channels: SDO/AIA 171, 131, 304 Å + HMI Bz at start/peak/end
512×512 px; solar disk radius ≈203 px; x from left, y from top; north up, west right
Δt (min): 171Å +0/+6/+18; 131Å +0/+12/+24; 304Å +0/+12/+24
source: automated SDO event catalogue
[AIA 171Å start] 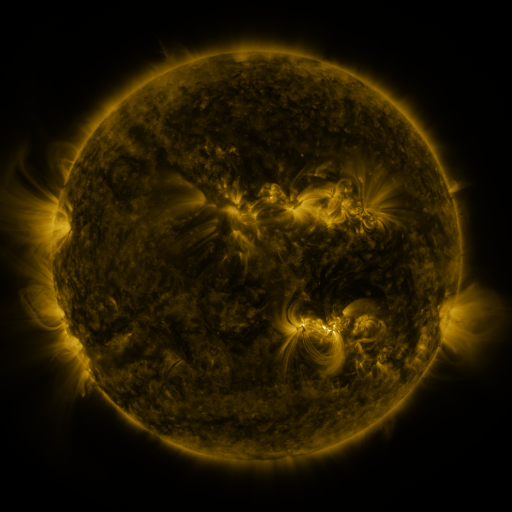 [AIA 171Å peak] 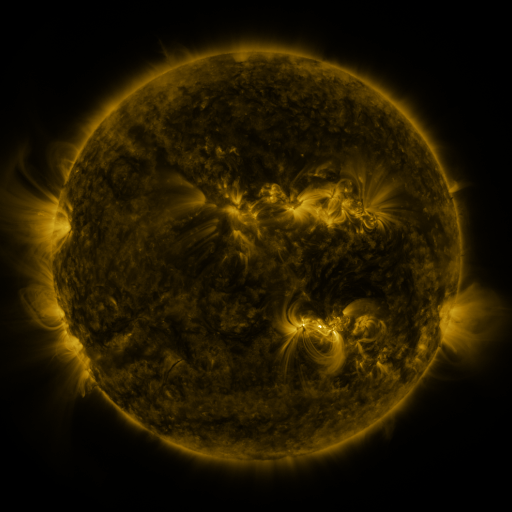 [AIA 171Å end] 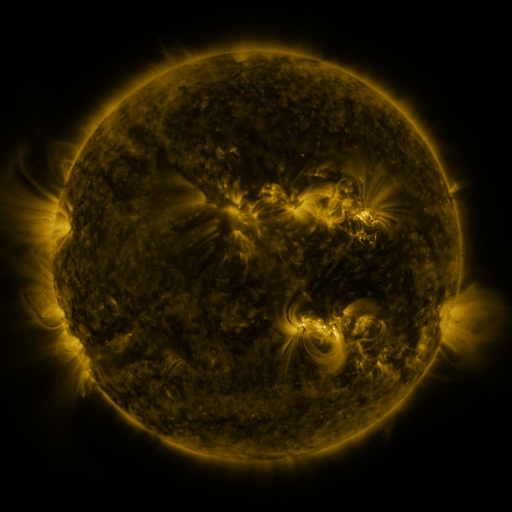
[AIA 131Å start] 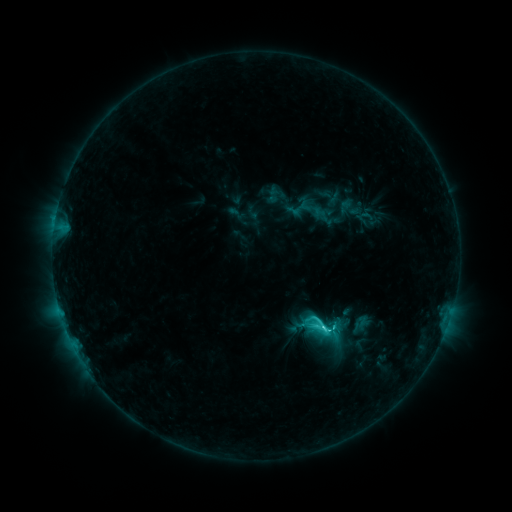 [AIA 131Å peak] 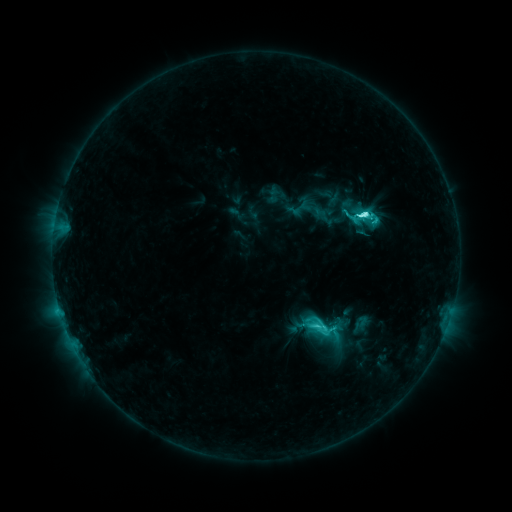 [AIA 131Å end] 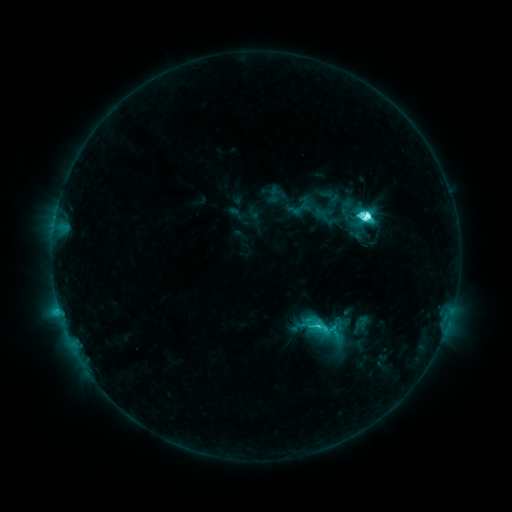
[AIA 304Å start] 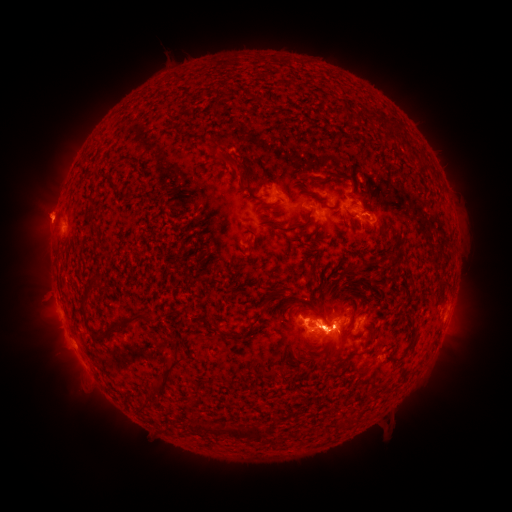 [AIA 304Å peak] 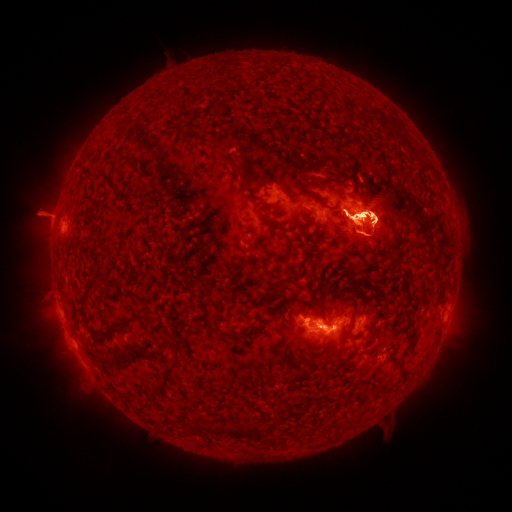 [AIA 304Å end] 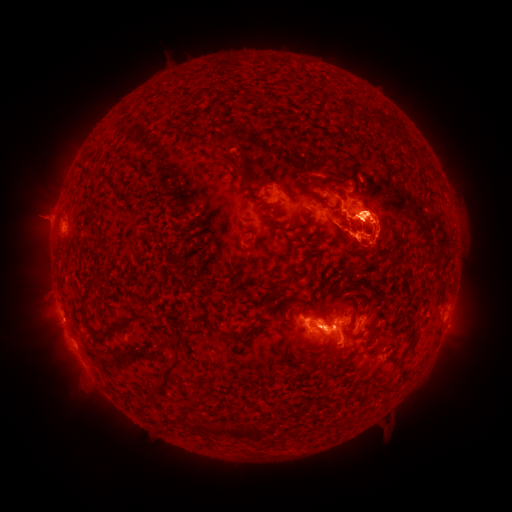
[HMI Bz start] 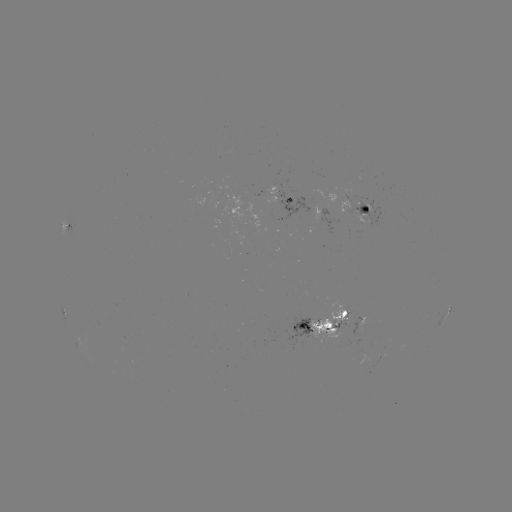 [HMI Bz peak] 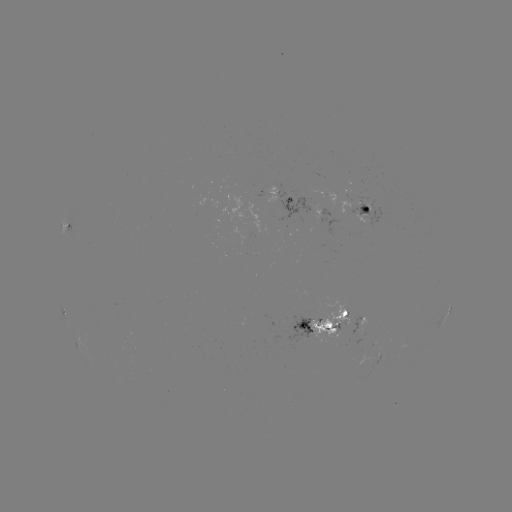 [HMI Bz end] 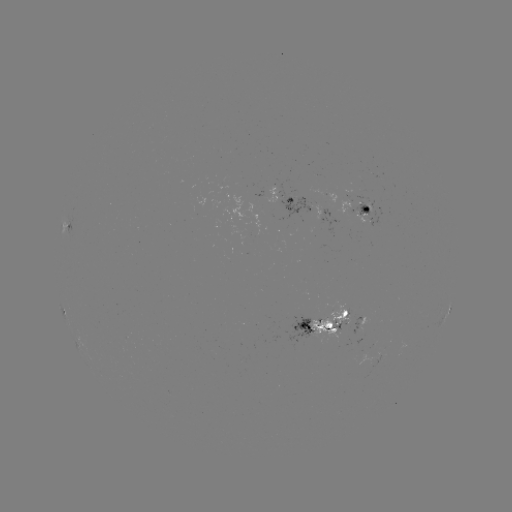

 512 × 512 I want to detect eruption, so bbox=[1, 98, 122, 269].